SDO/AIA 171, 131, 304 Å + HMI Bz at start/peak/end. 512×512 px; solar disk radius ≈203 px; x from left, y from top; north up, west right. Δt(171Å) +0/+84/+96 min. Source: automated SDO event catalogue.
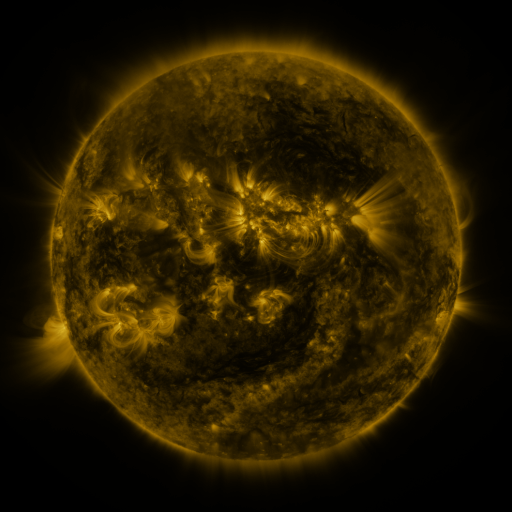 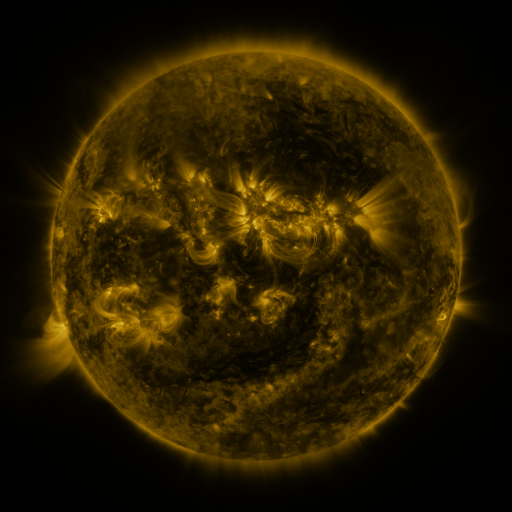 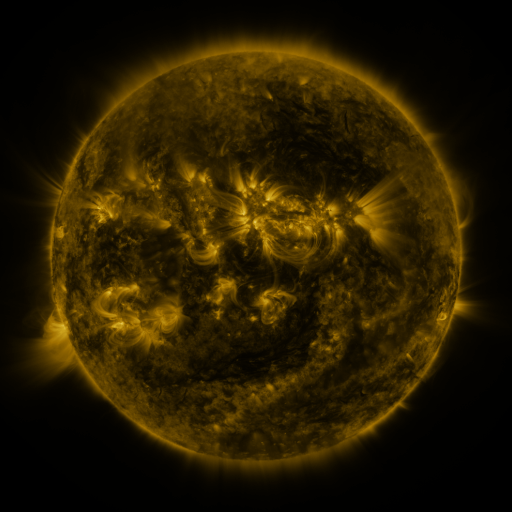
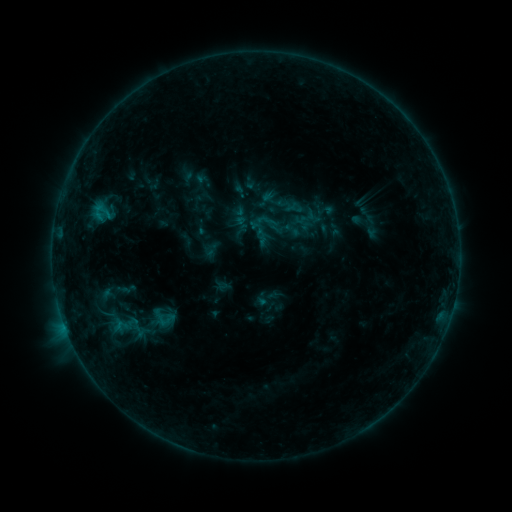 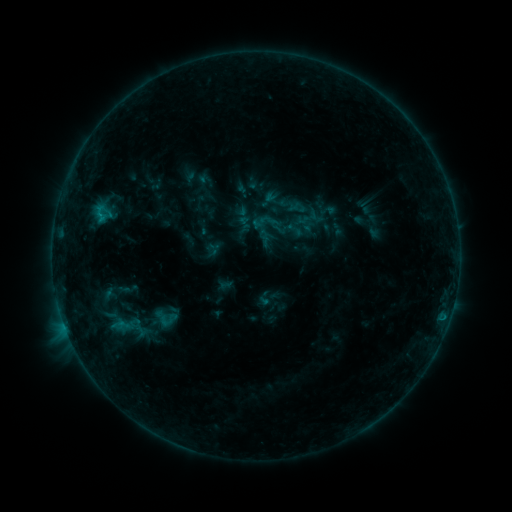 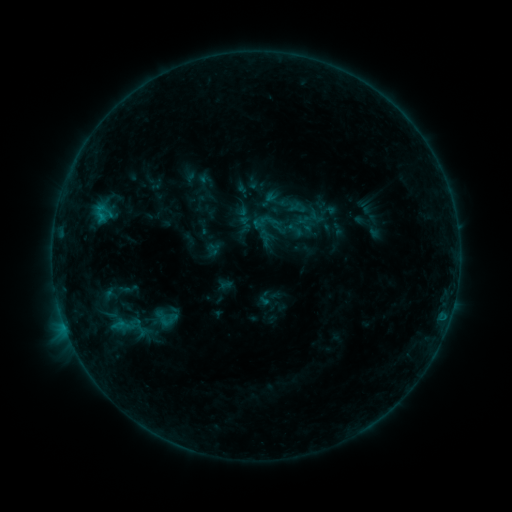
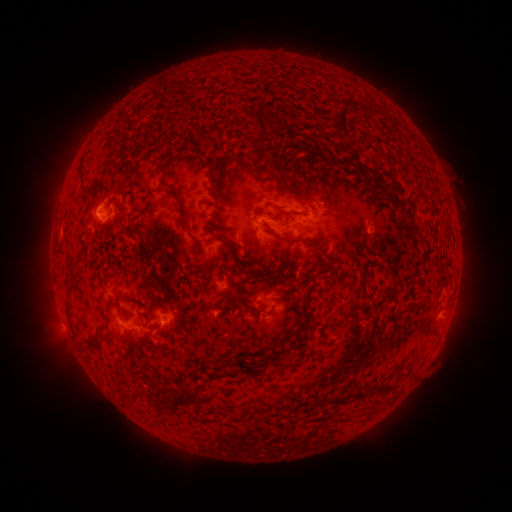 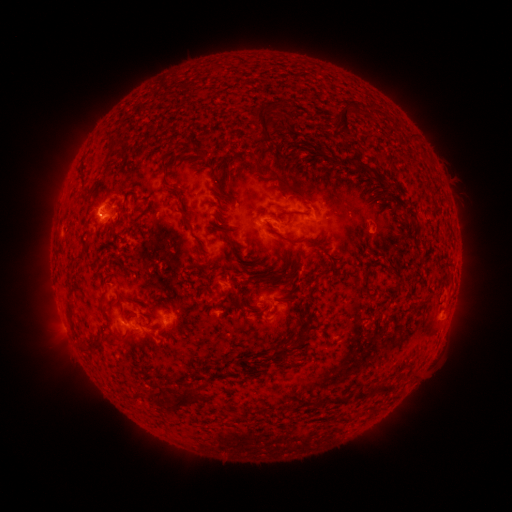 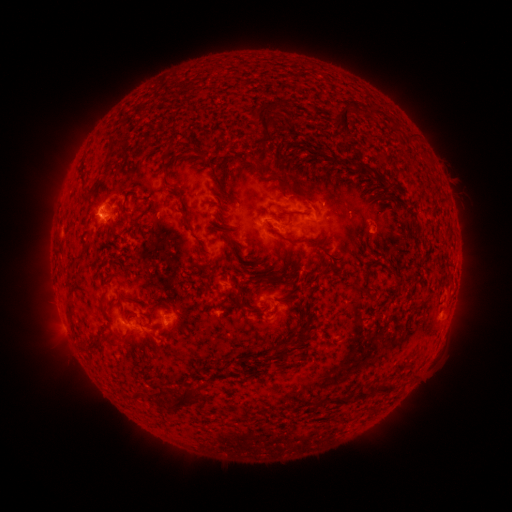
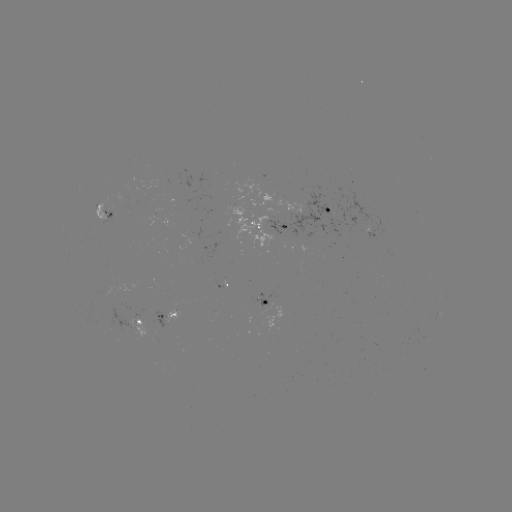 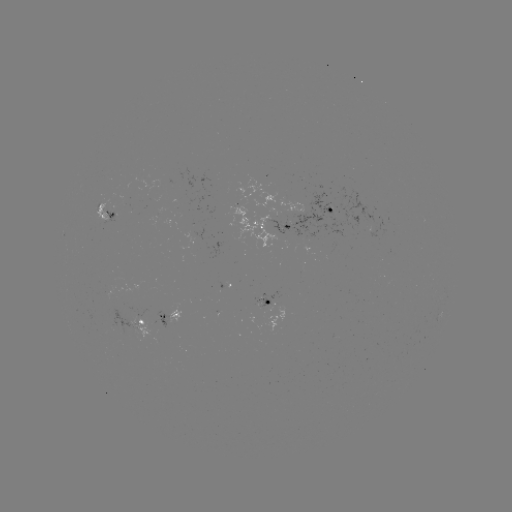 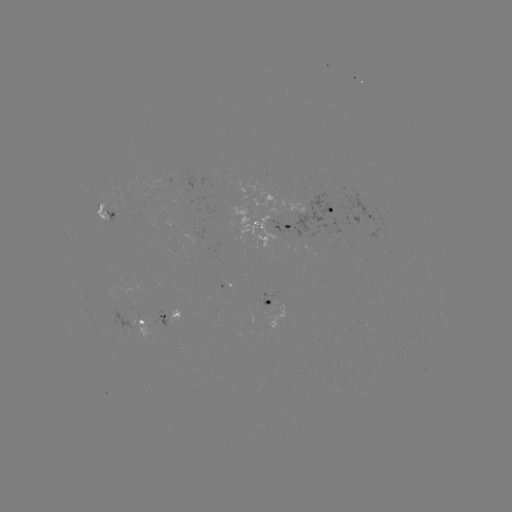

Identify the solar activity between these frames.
emerging-flux region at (100, 208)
